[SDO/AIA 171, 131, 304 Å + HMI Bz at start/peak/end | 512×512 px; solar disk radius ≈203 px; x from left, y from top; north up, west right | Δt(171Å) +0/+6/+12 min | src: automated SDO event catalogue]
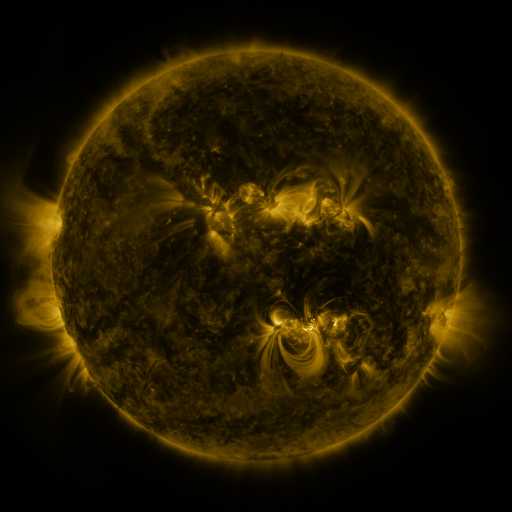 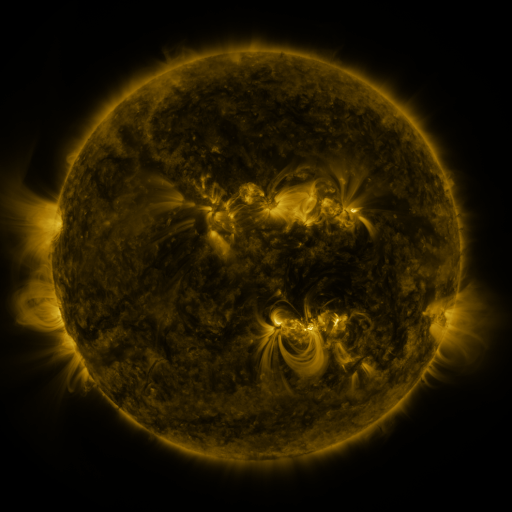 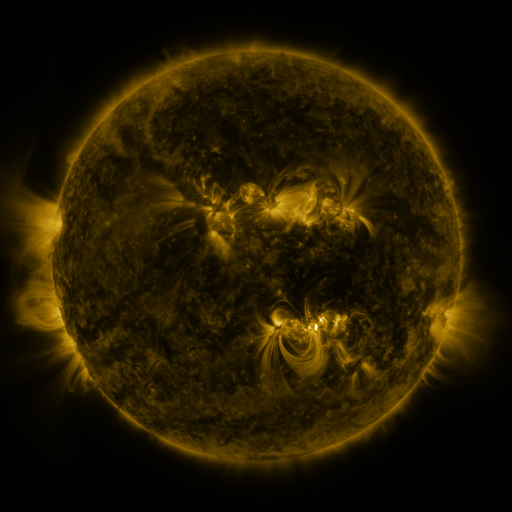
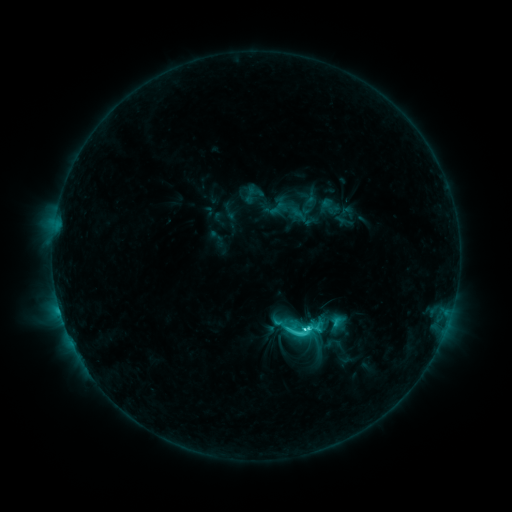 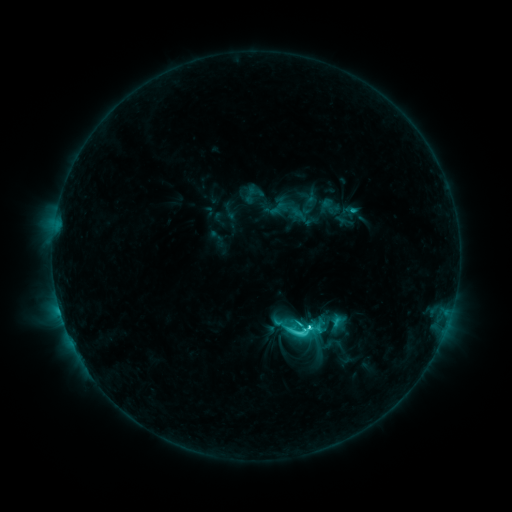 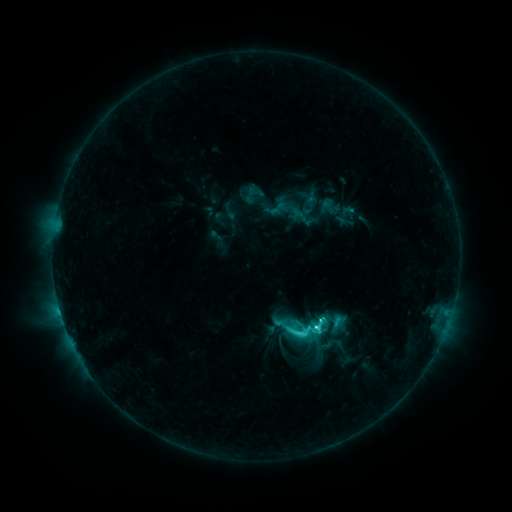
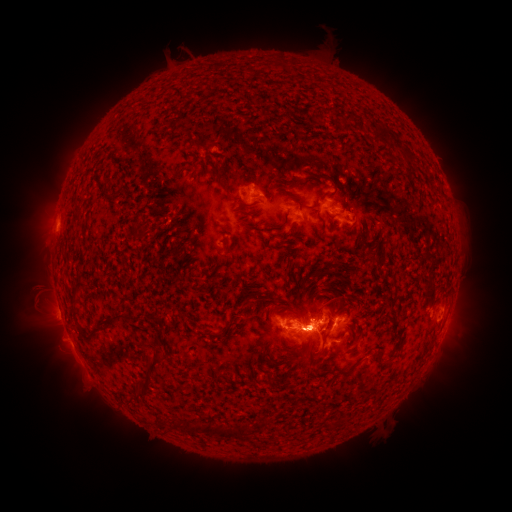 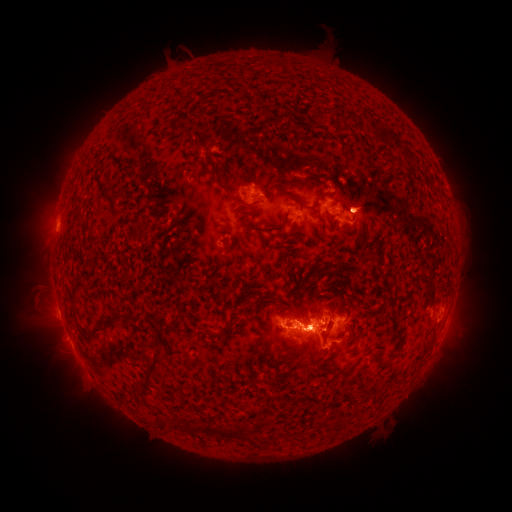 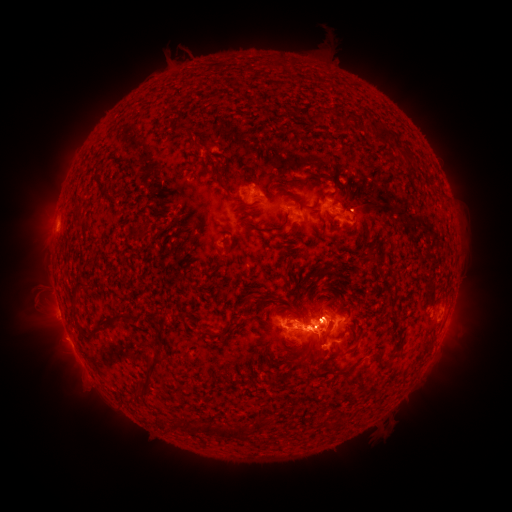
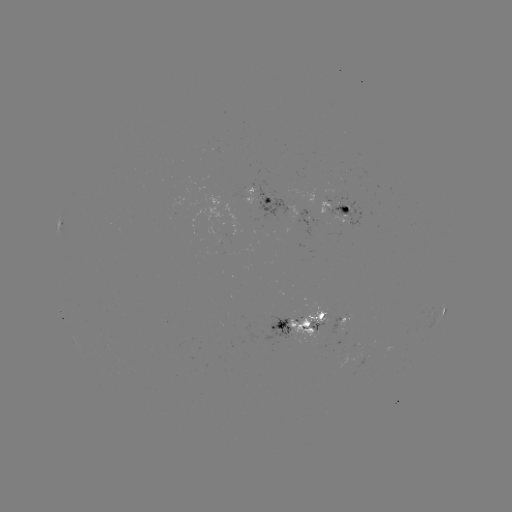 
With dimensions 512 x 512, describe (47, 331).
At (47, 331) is eruption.